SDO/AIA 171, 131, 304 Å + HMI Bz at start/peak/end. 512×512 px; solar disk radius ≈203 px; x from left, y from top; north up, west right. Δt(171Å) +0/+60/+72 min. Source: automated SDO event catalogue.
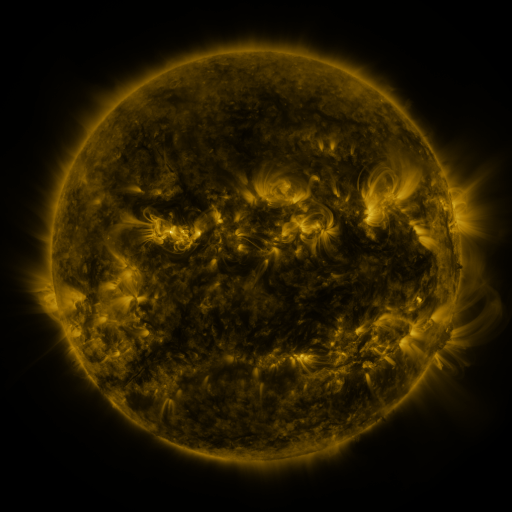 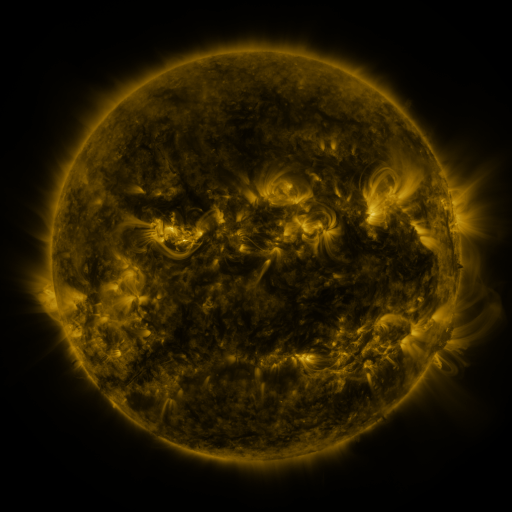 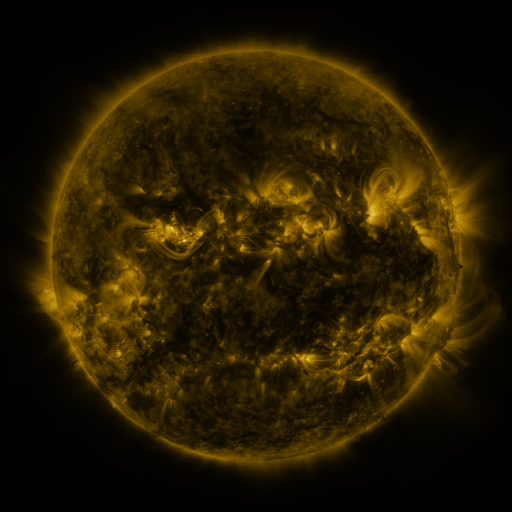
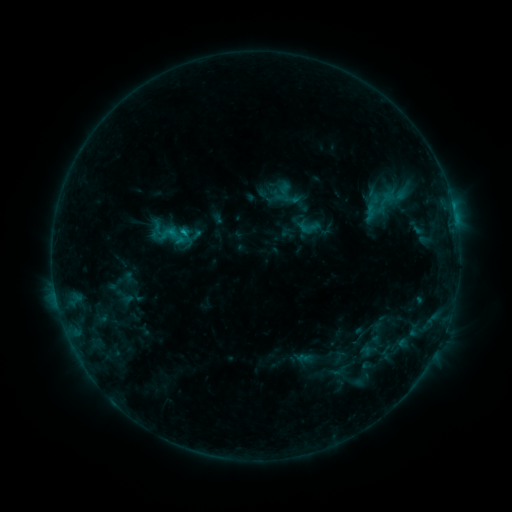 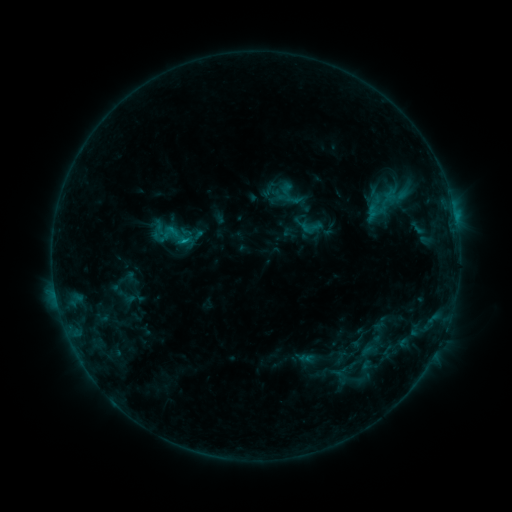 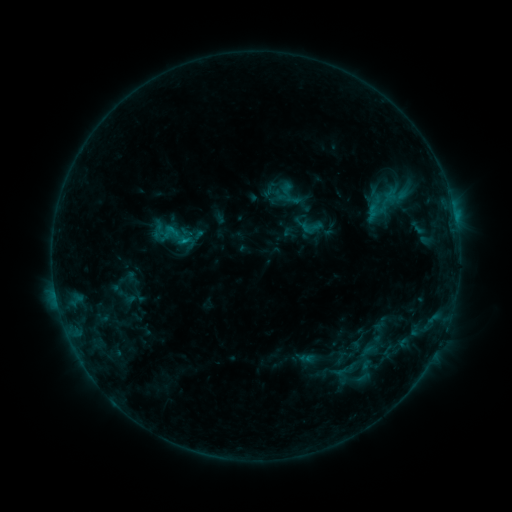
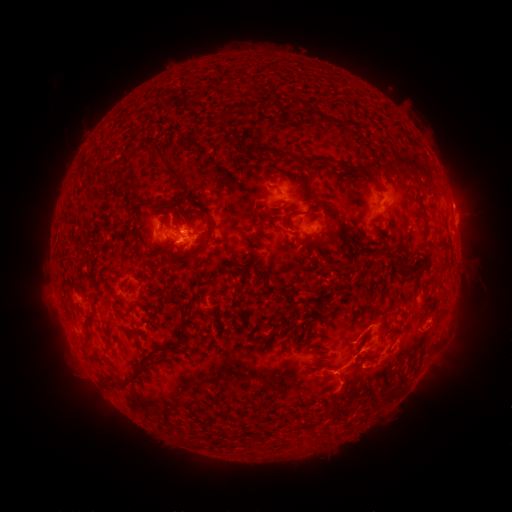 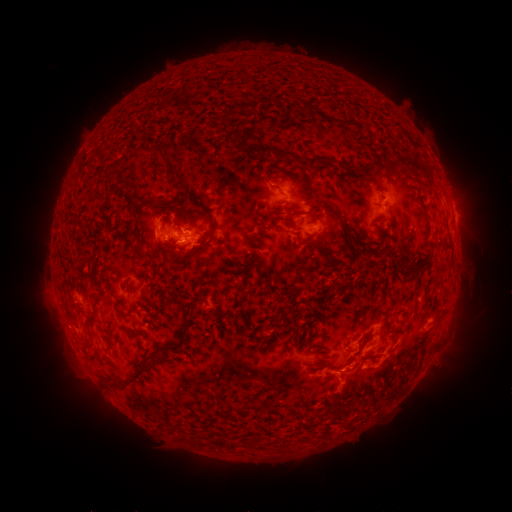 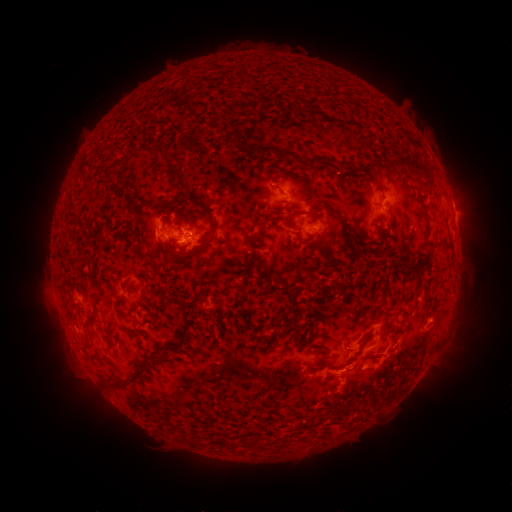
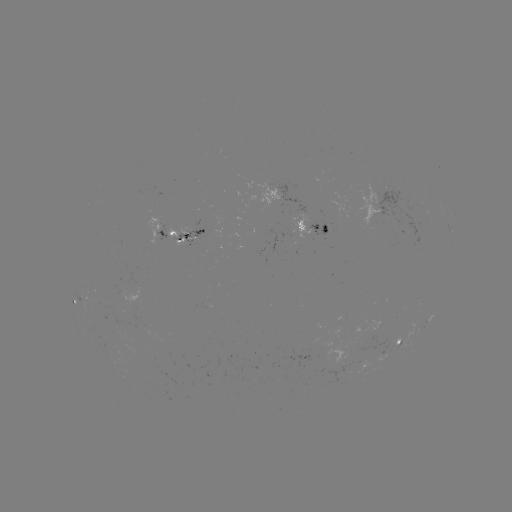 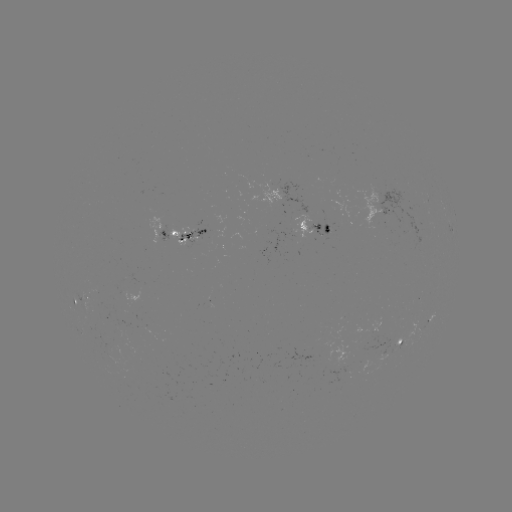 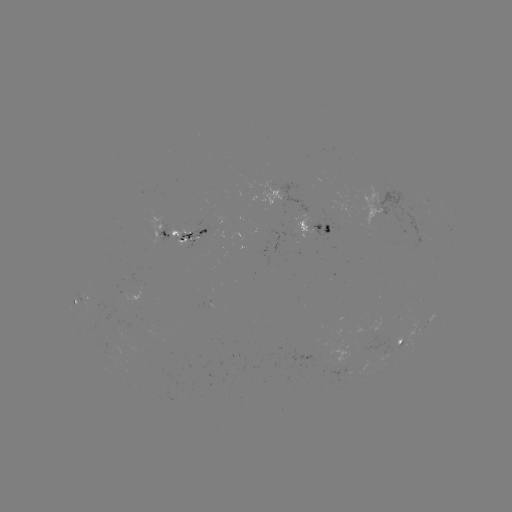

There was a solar emerging-flux region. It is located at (194, 238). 